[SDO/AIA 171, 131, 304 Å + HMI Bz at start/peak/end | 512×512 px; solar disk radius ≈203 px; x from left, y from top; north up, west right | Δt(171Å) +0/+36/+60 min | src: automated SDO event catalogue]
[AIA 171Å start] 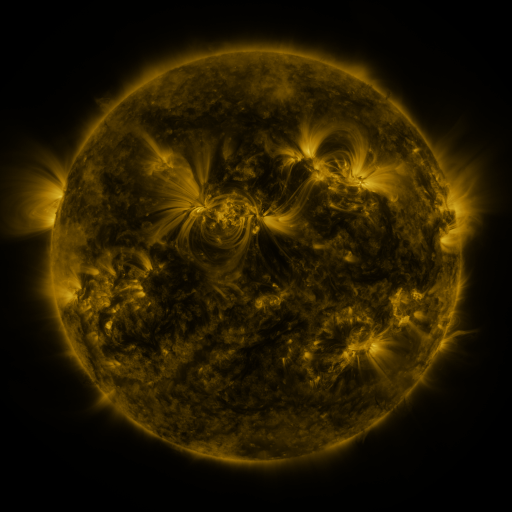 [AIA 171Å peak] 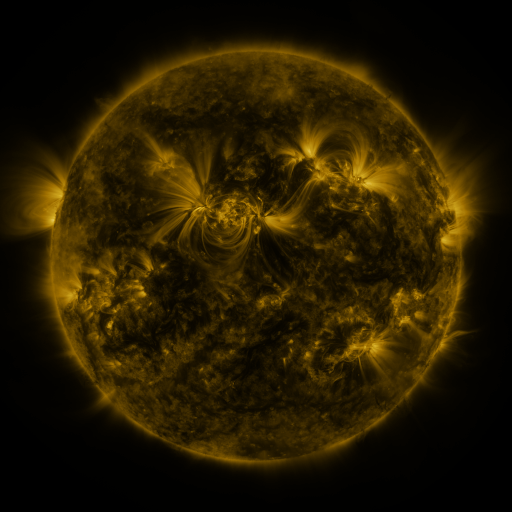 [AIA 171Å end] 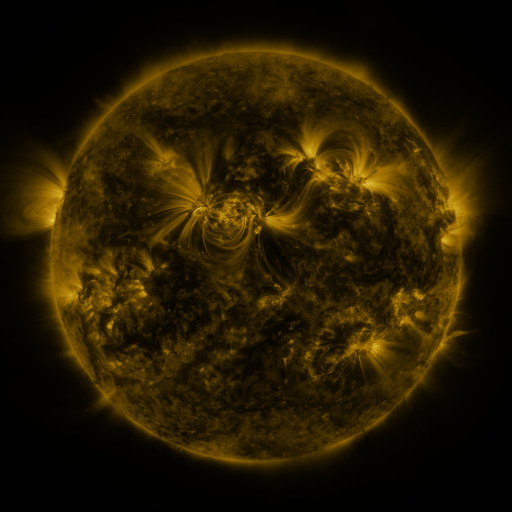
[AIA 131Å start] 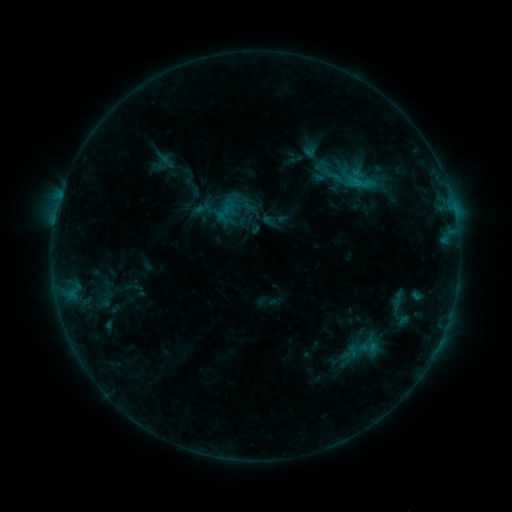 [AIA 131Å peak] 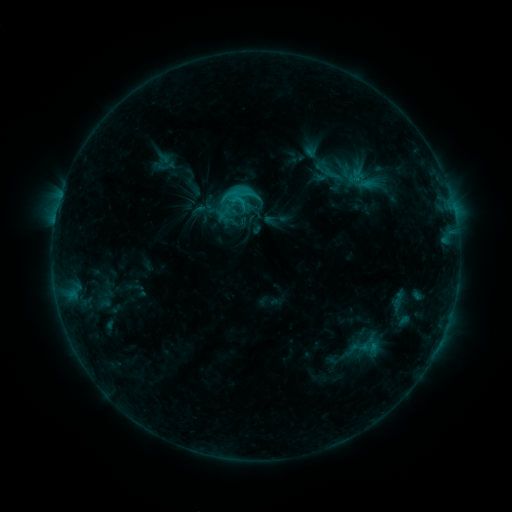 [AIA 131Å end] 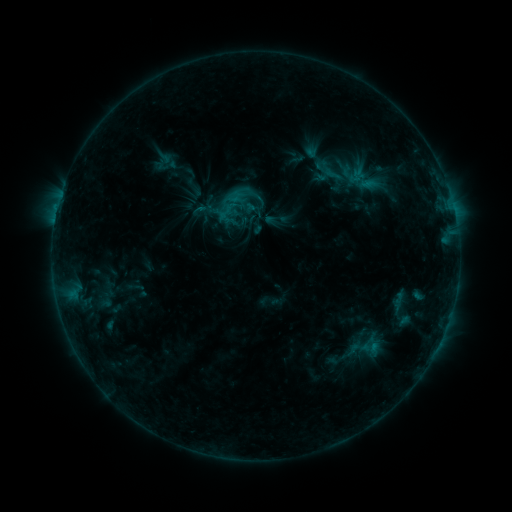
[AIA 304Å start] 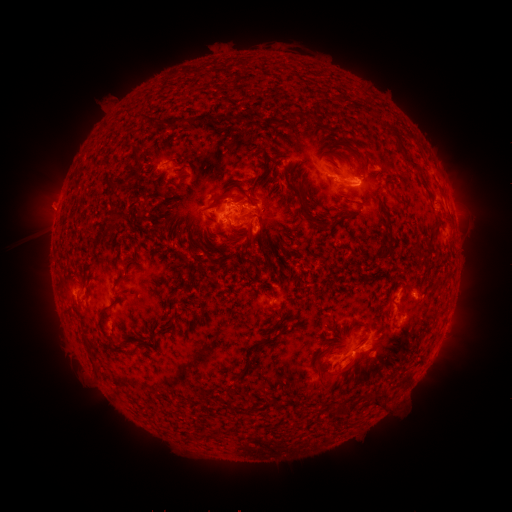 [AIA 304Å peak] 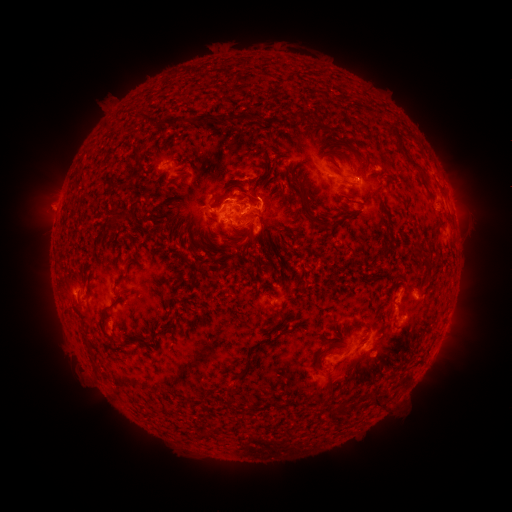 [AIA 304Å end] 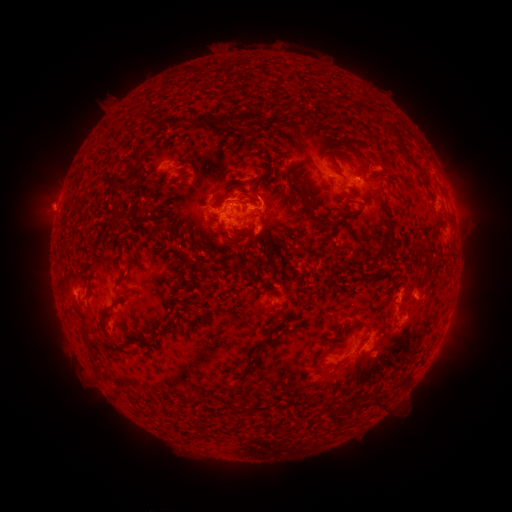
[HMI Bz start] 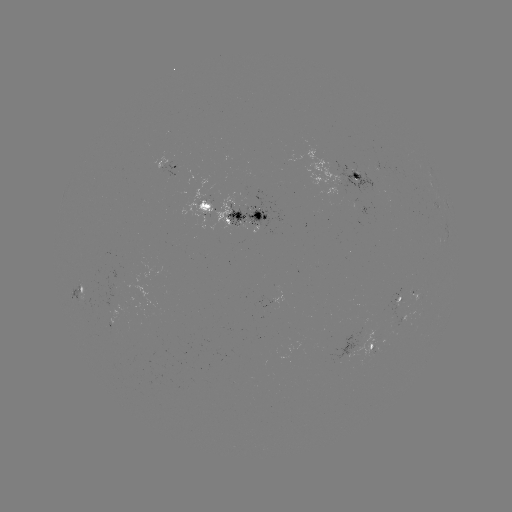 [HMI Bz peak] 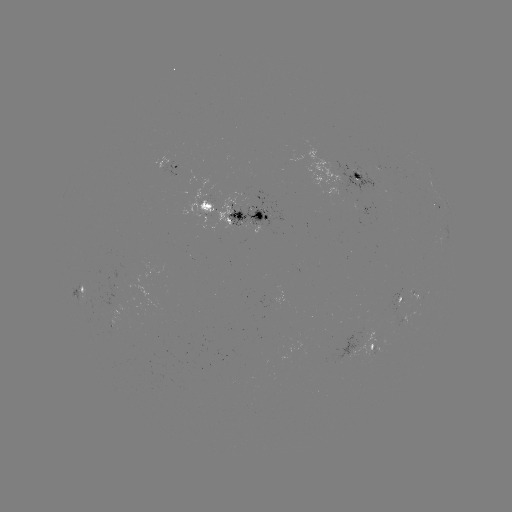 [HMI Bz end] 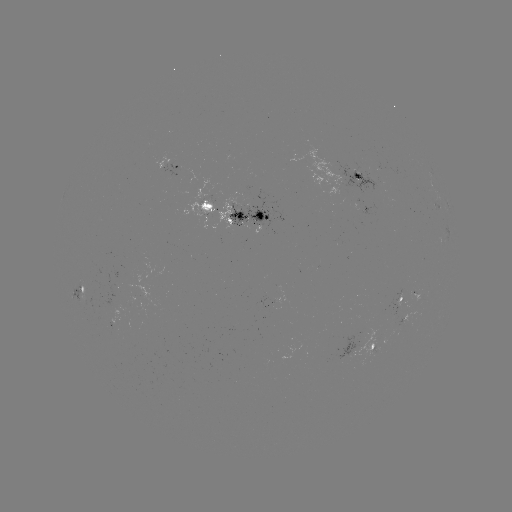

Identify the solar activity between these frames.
C2.2 flare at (242, 201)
